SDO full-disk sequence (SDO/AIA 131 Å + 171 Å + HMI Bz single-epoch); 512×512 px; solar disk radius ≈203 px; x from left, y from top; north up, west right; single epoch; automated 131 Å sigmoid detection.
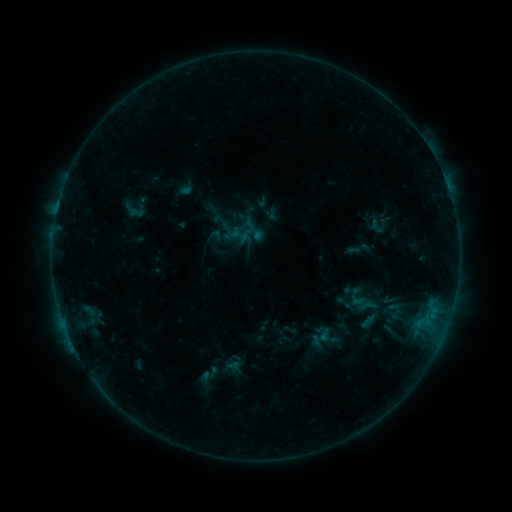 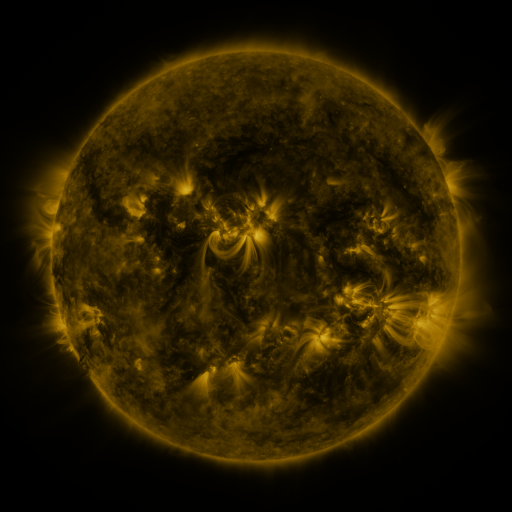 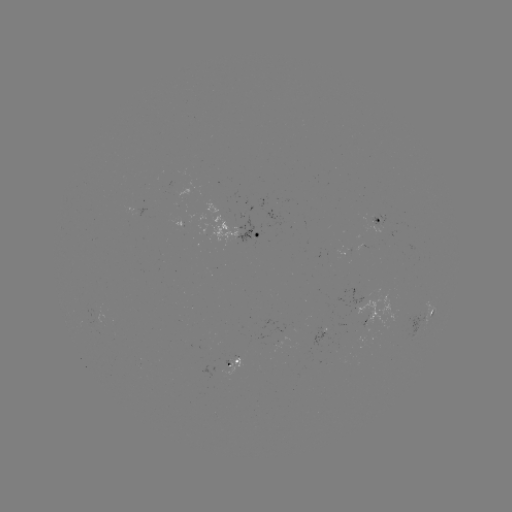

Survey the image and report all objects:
sigmoid: <bbox>316, 324, 341, 350</bbox>
